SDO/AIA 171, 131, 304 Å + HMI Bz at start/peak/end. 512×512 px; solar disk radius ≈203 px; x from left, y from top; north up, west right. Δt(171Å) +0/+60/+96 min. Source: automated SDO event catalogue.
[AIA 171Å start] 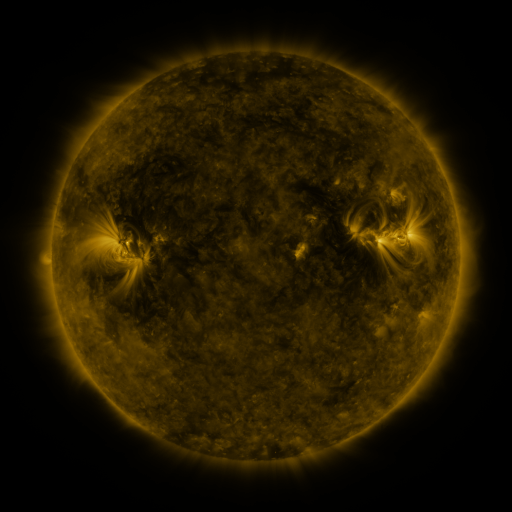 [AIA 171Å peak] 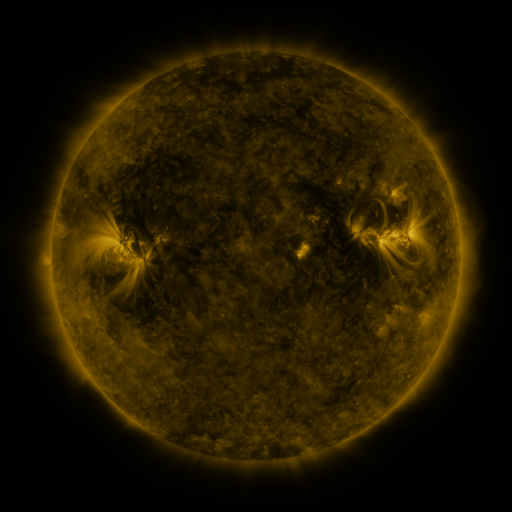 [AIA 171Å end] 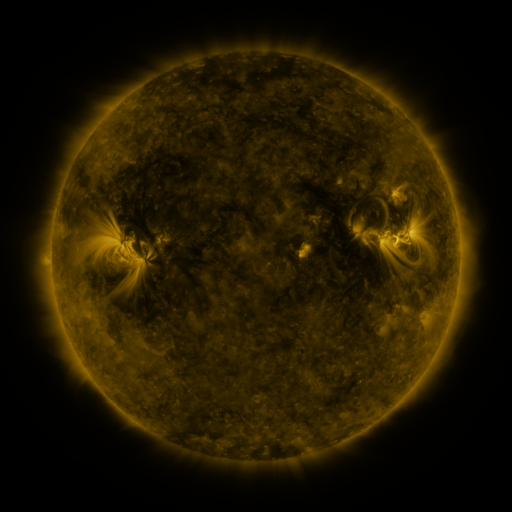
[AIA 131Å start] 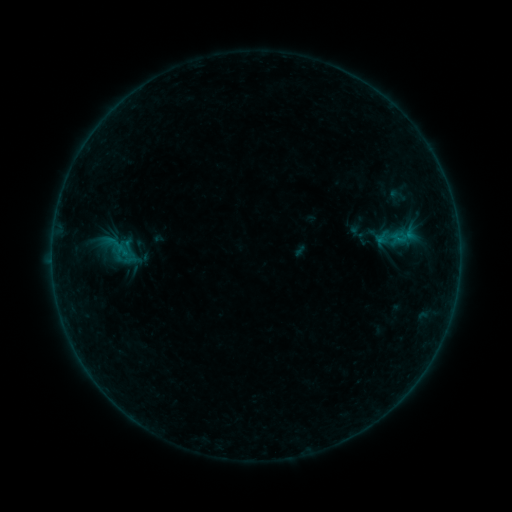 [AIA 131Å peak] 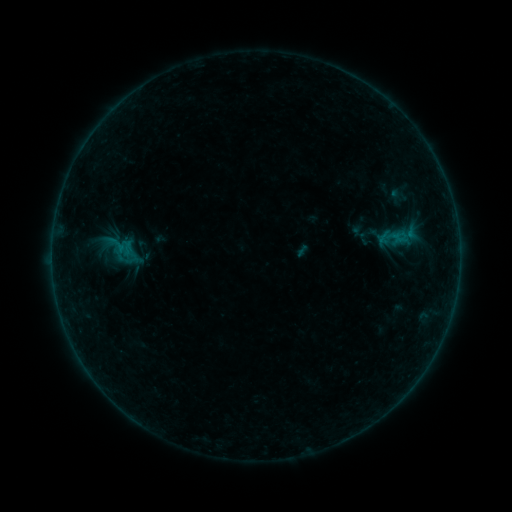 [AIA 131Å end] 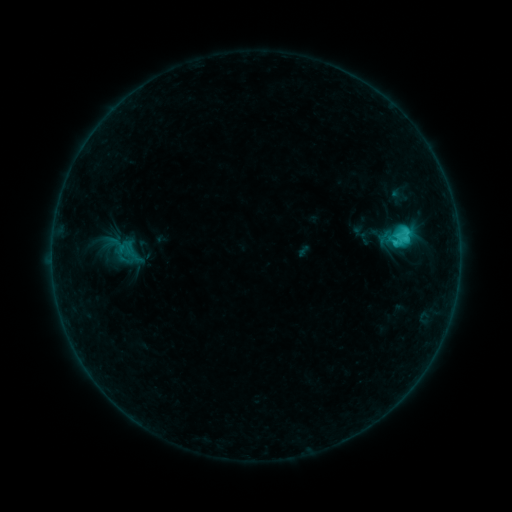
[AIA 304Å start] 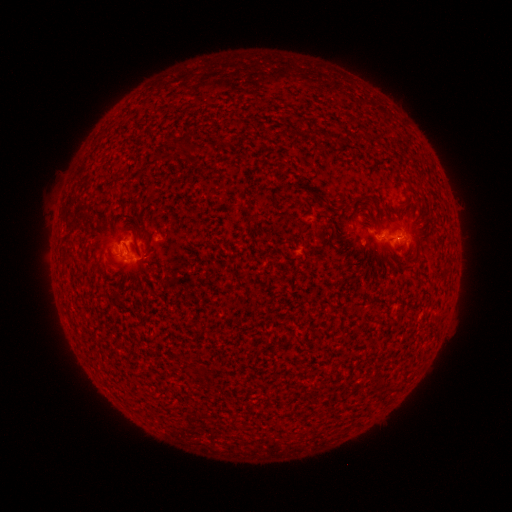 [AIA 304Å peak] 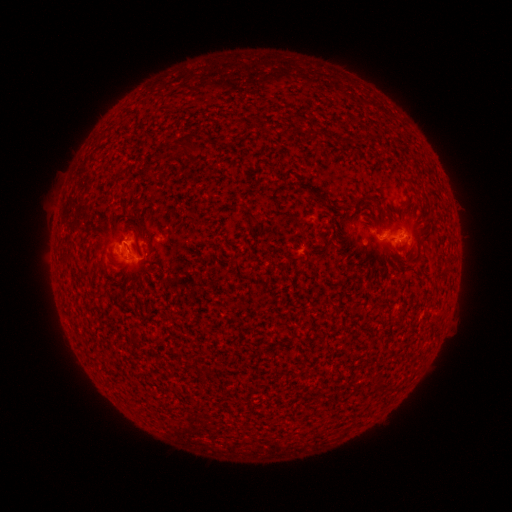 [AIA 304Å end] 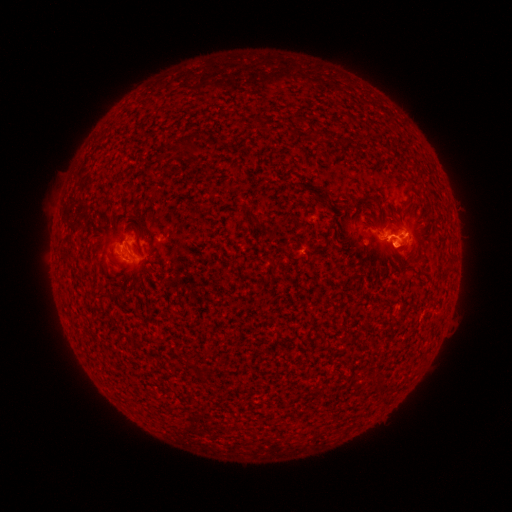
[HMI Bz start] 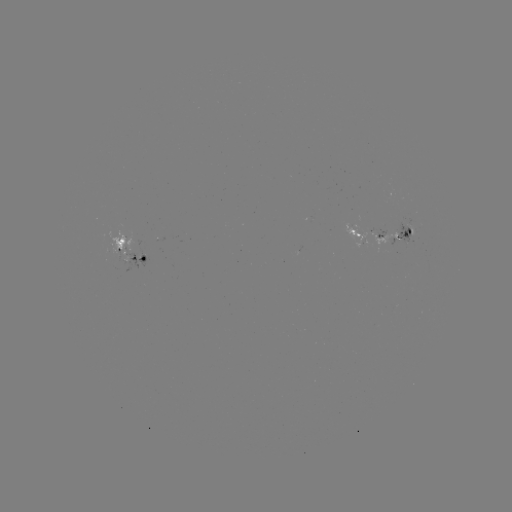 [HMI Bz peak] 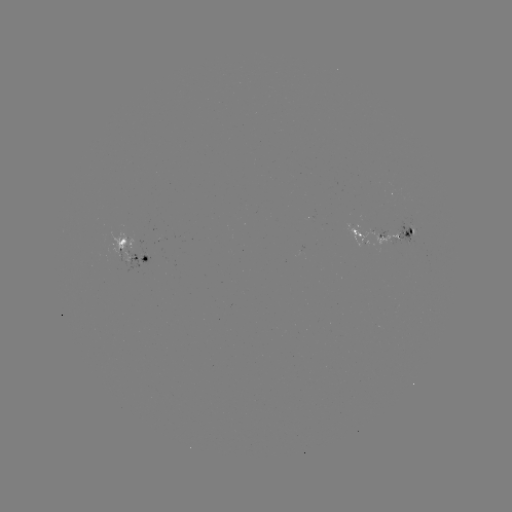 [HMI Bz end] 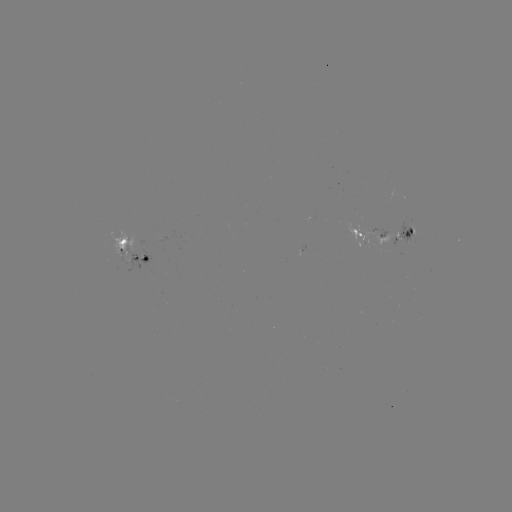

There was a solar emerging-flux region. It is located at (407, 238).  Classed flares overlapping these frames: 1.